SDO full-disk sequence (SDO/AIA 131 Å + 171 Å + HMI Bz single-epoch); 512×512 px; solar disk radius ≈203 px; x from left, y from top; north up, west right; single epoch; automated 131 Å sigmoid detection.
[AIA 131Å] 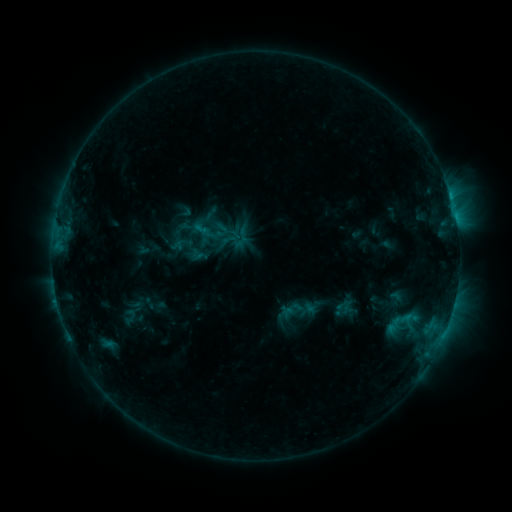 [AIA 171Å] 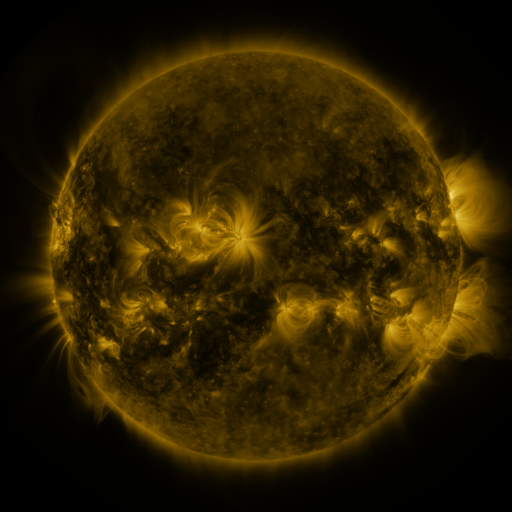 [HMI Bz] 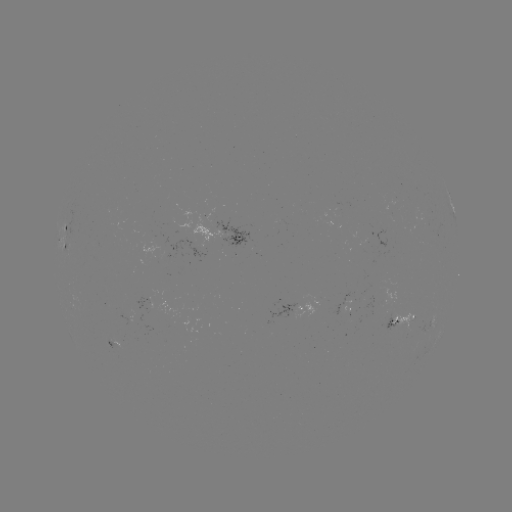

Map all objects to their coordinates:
sigmoid: [201, 217, 234, 252]
sigmoid: [298, 300, 315, 318]
sigmoid: [391, 308, 414, 330]
